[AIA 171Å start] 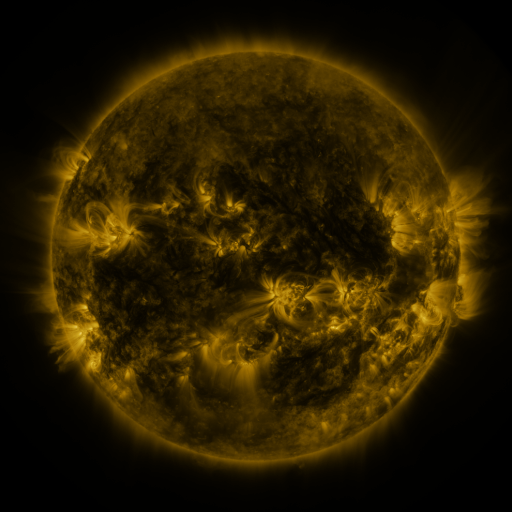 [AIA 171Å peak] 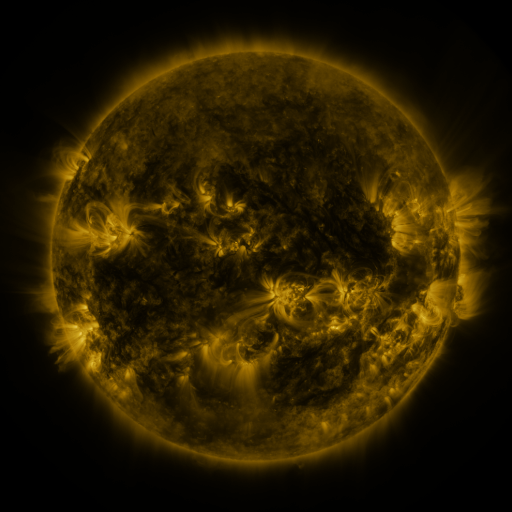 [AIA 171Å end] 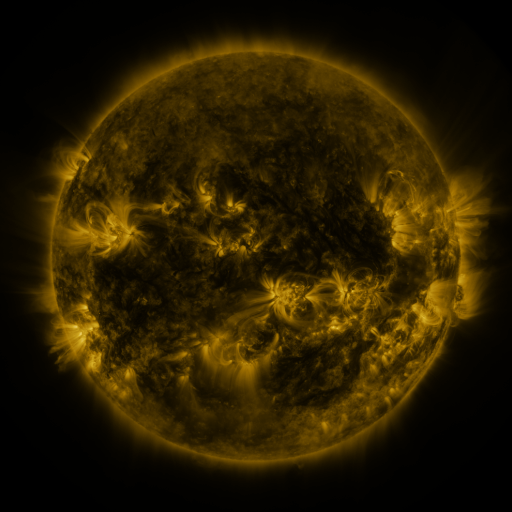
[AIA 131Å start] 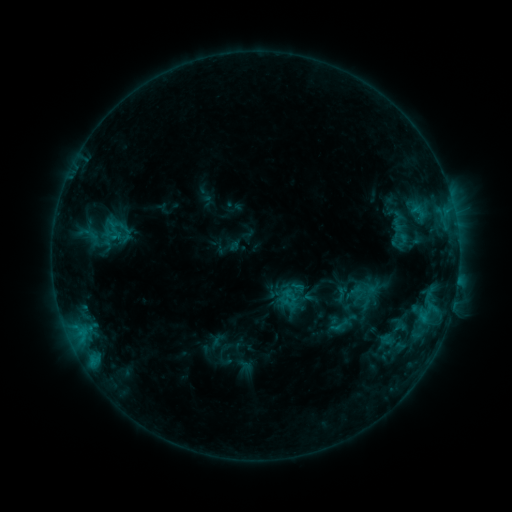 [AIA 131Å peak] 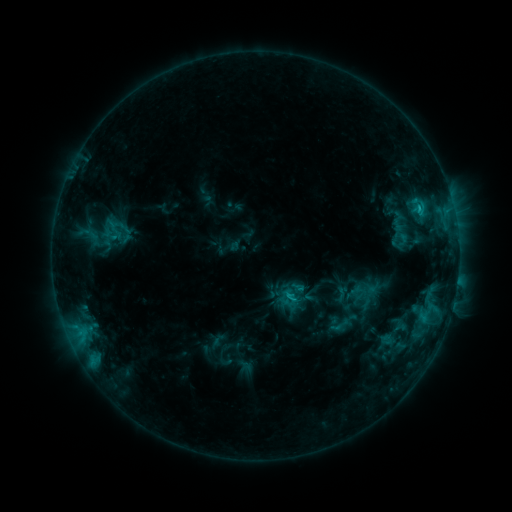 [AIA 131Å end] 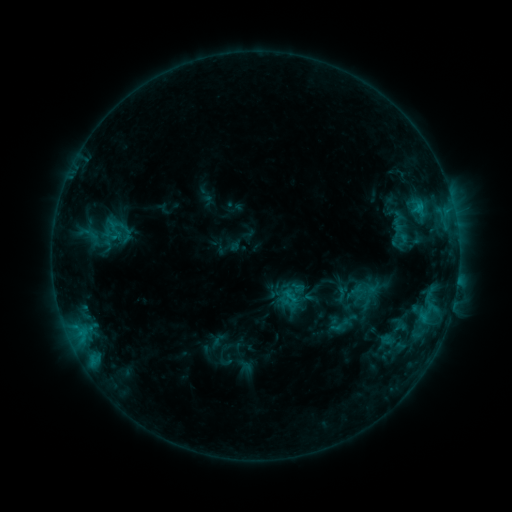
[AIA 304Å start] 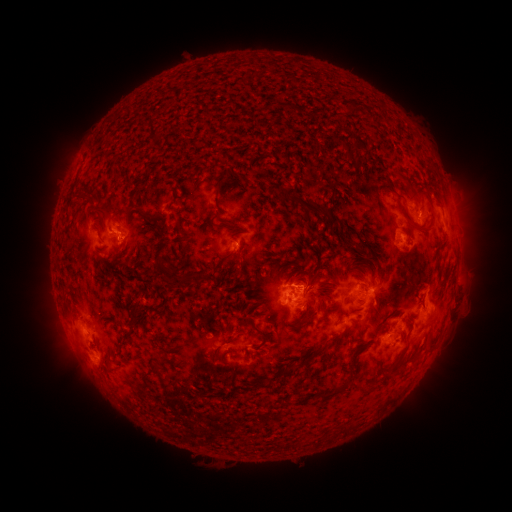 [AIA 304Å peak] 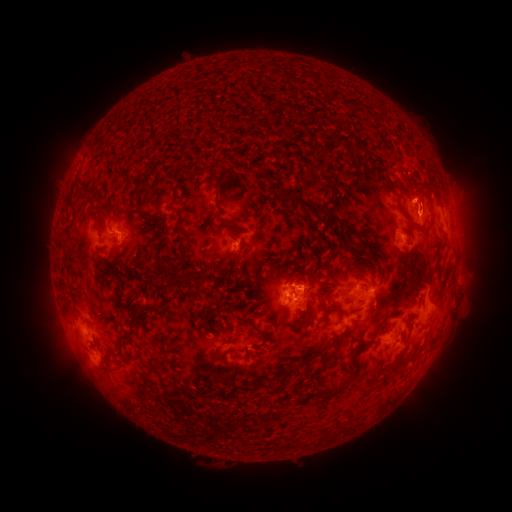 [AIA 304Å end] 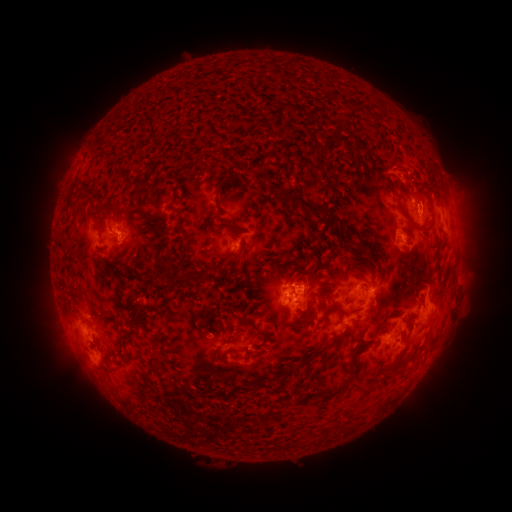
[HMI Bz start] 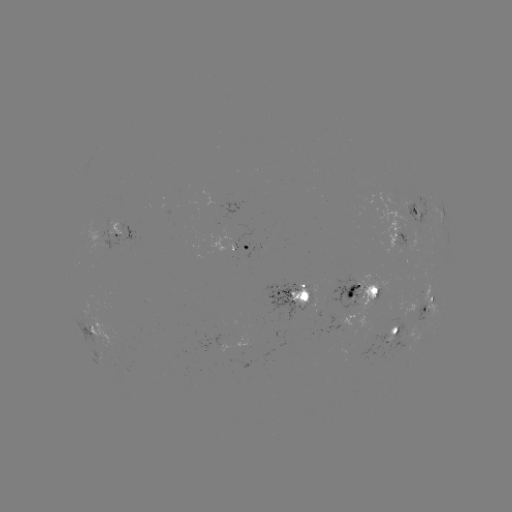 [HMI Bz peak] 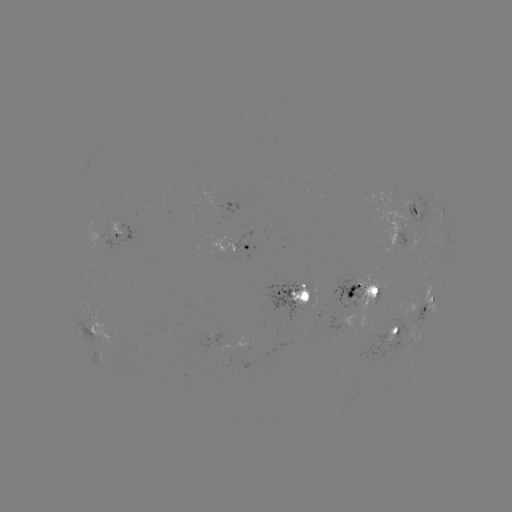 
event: eruption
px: (412, 183)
